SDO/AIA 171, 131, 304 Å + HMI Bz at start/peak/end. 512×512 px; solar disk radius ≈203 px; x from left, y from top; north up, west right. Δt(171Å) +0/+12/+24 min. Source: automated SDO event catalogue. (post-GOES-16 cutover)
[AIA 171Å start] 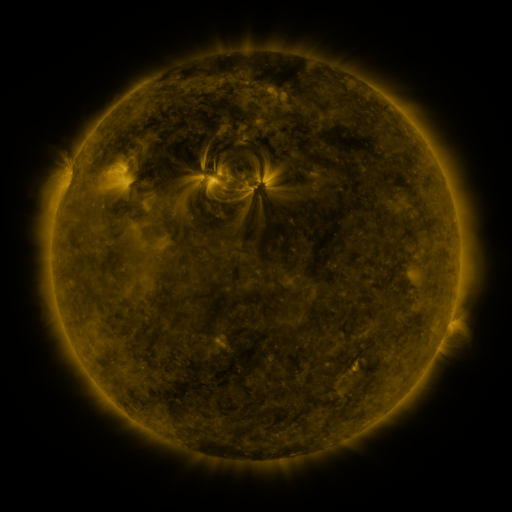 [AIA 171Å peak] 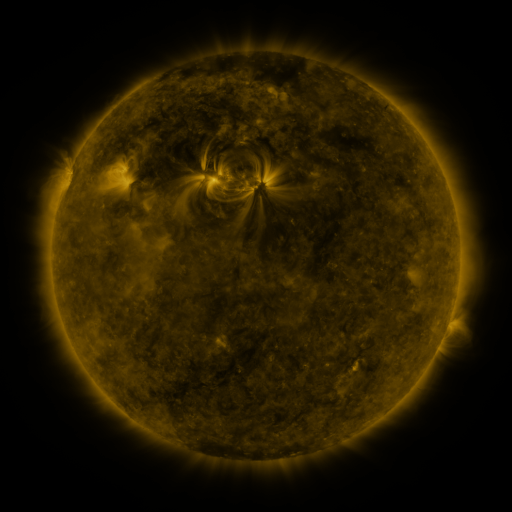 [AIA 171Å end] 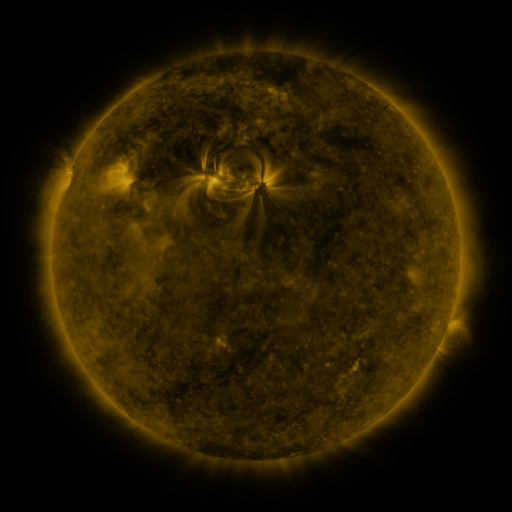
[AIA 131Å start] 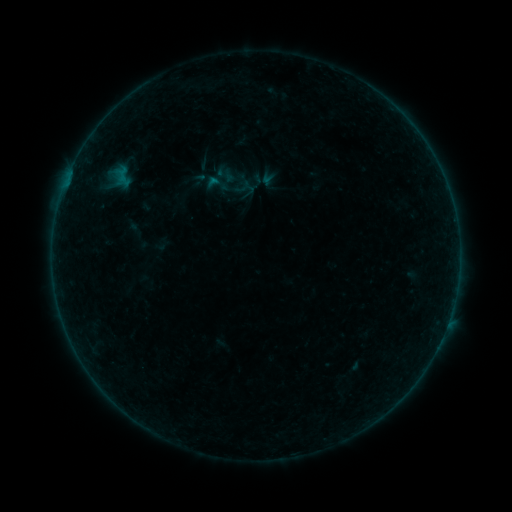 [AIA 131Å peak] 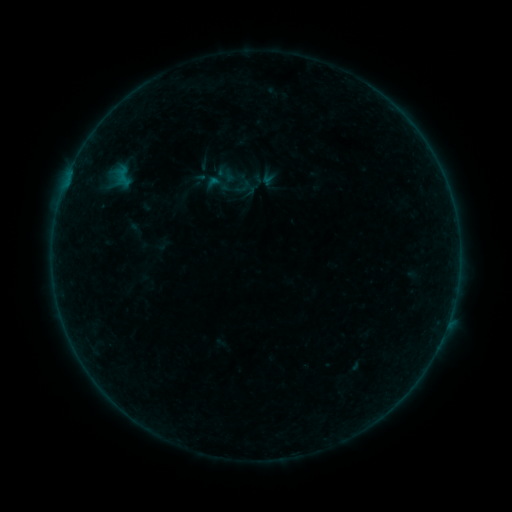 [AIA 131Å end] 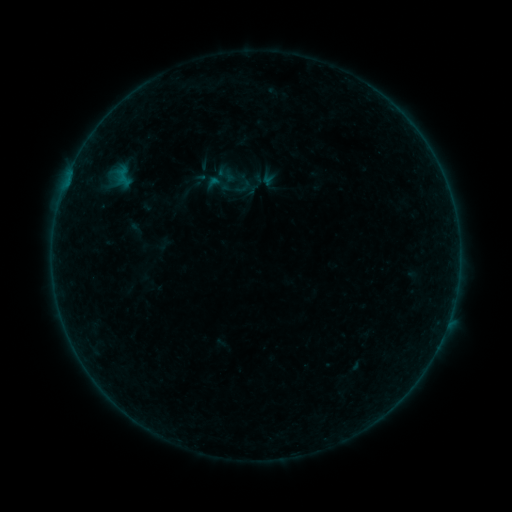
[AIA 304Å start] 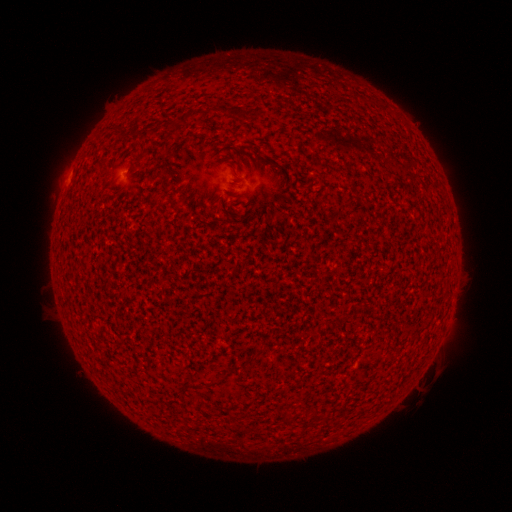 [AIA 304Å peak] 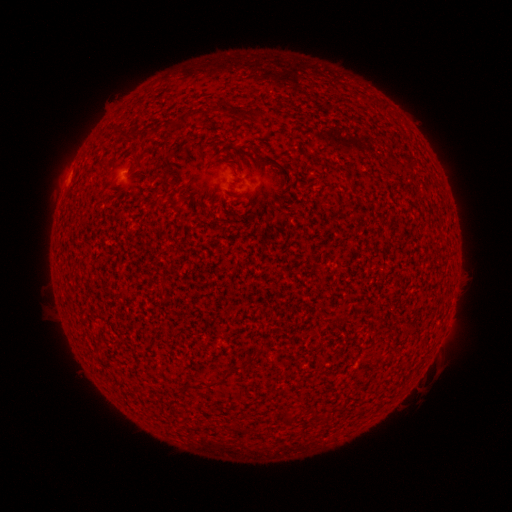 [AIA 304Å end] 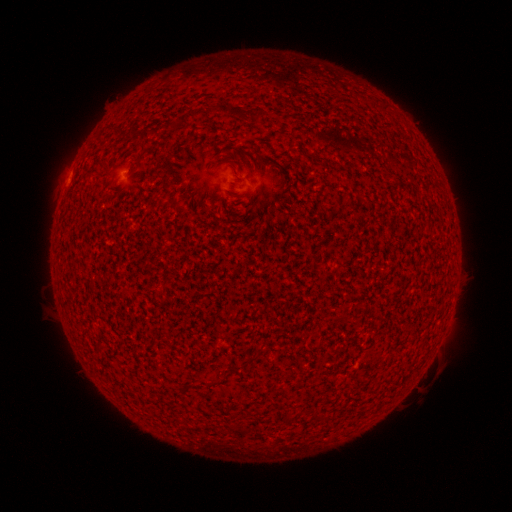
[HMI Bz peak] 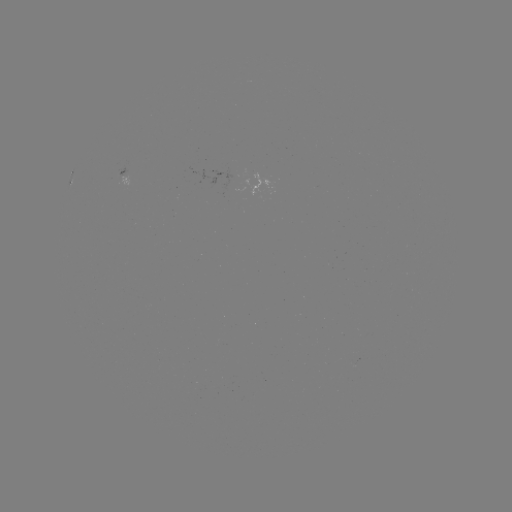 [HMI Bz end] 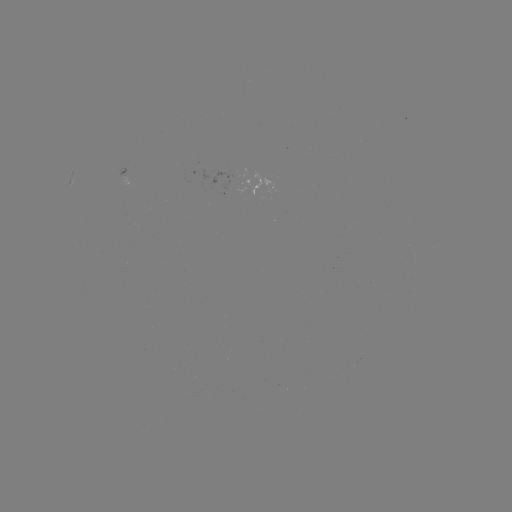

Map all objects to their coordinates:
A4.9 flare: (70, 174)
